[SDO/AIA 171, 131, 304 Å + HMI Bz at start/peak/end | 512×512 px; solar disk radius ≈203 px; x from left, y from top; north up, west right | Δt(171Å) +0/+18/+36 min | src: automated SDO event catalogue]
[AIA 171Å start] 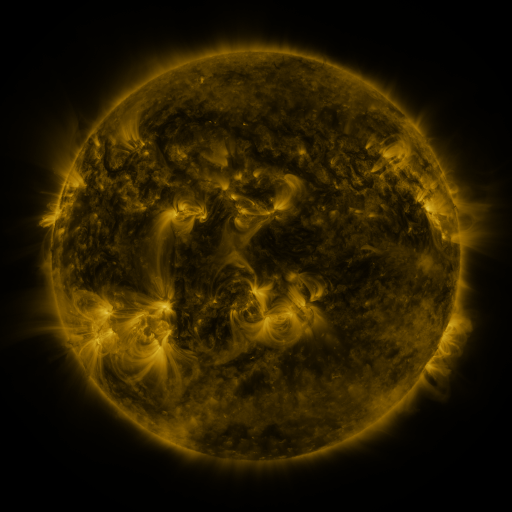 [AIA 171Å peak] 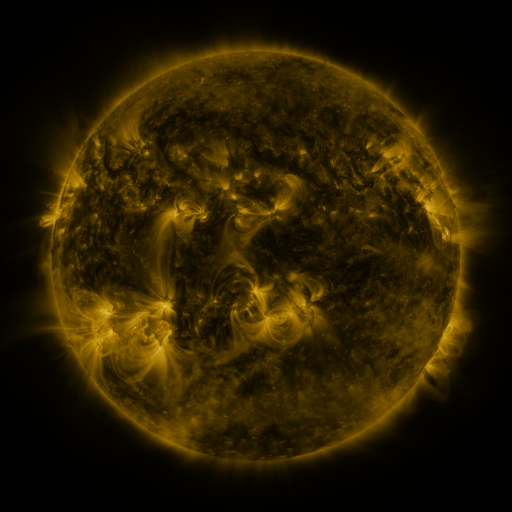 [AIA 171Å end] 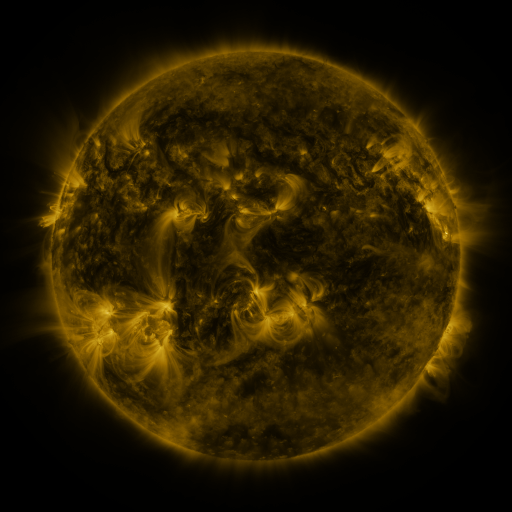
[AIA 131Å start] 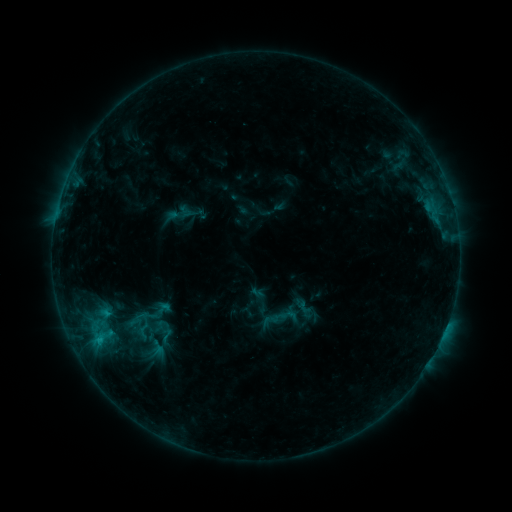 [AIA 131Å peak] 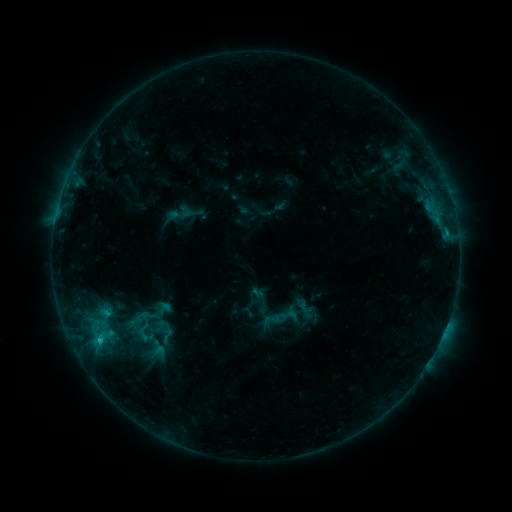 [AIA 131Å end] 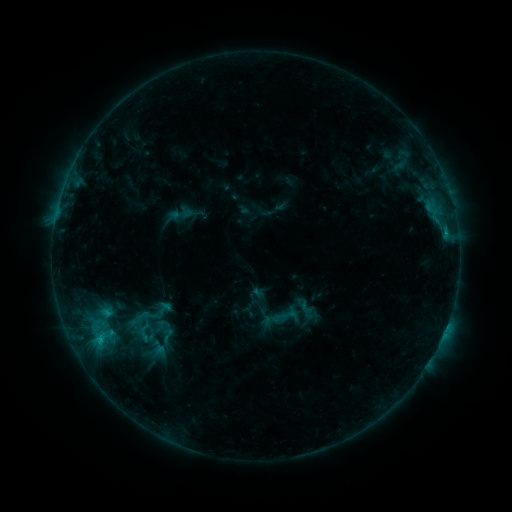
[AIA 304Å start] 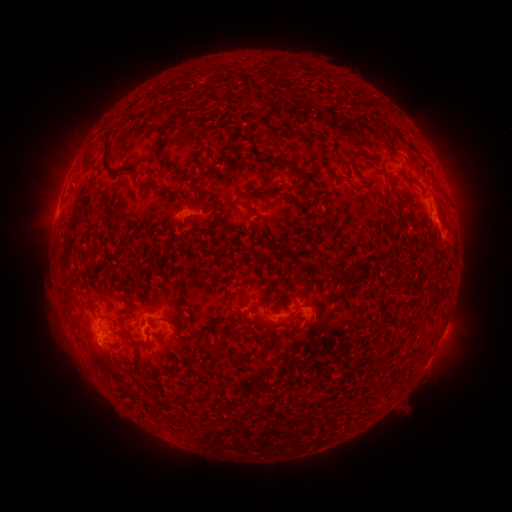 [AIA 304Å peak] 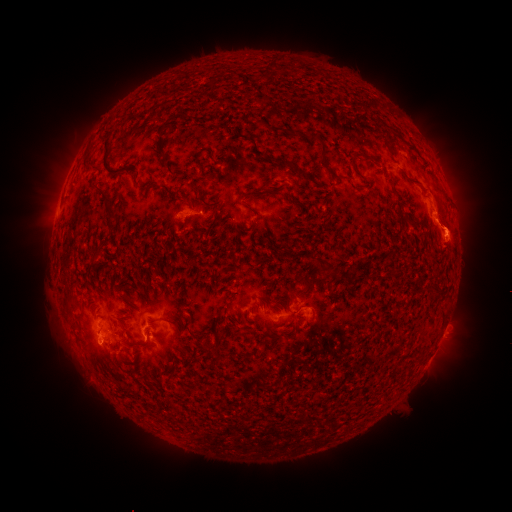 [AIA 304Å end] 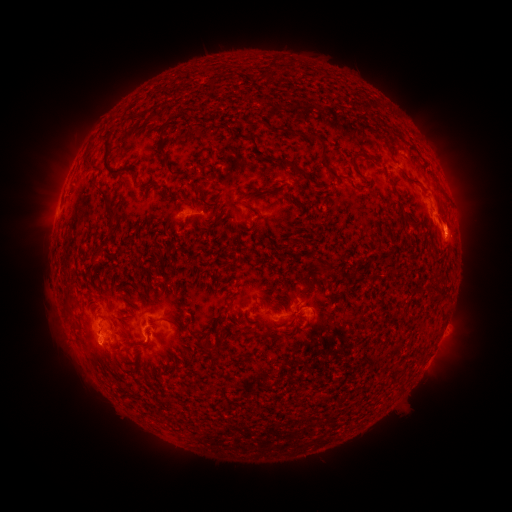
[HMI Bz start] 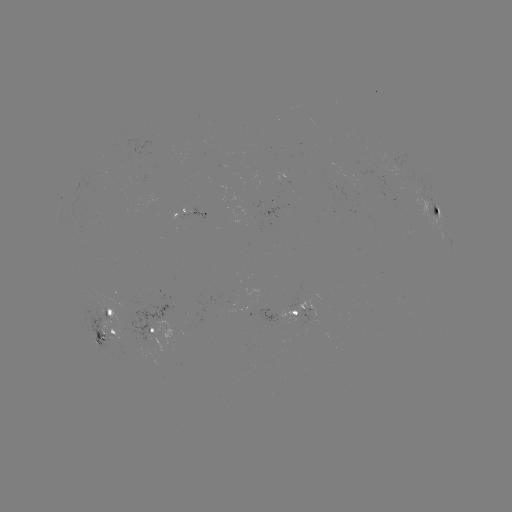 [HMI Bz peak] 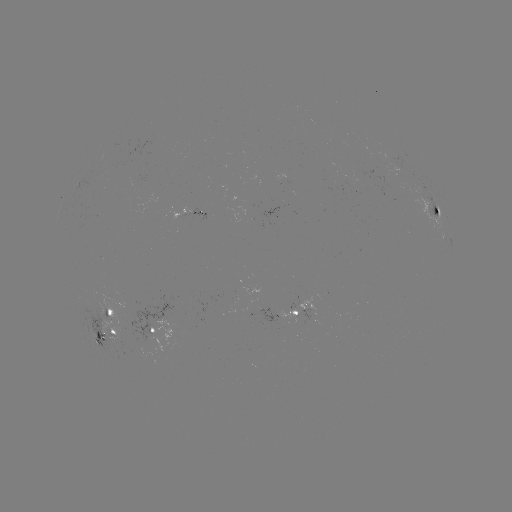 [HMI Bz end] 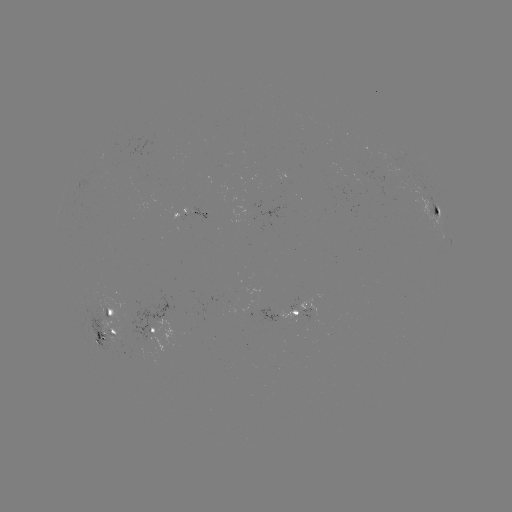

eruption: <bbox>404, 194, 498, 279</bbox>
